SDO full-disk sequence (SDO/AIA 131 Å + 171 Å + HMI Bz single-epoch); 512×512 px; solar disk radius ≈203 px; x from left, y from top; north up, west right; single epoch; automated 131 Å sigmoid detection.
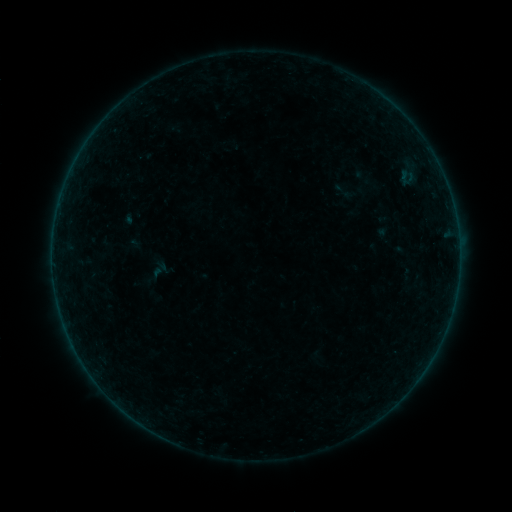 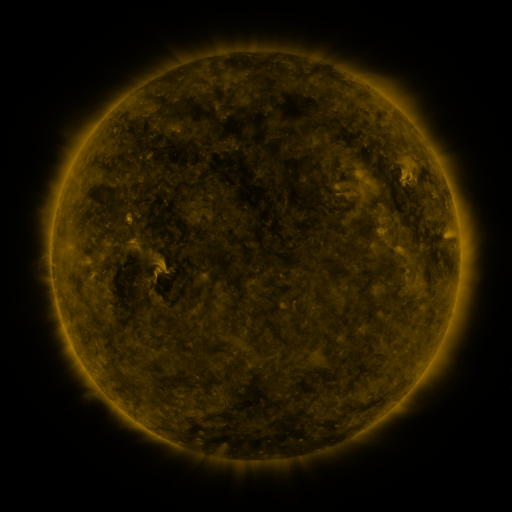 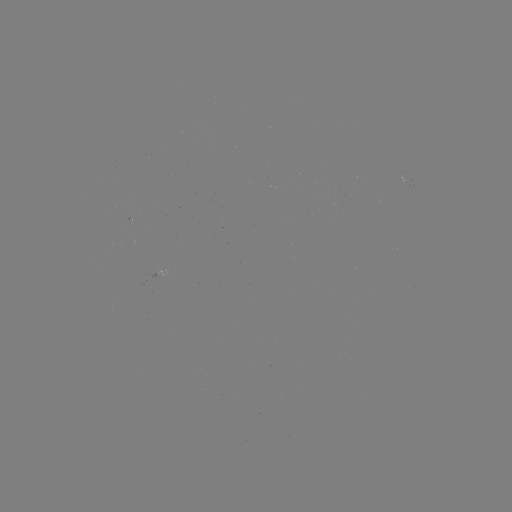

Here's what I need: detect sigmoid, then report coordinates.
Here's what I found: sigmoid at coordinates [343, 191].